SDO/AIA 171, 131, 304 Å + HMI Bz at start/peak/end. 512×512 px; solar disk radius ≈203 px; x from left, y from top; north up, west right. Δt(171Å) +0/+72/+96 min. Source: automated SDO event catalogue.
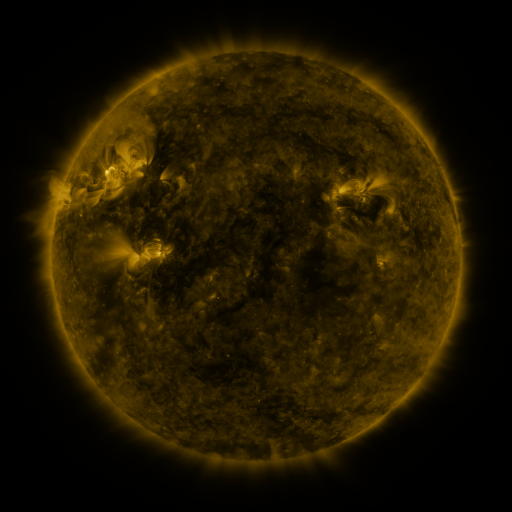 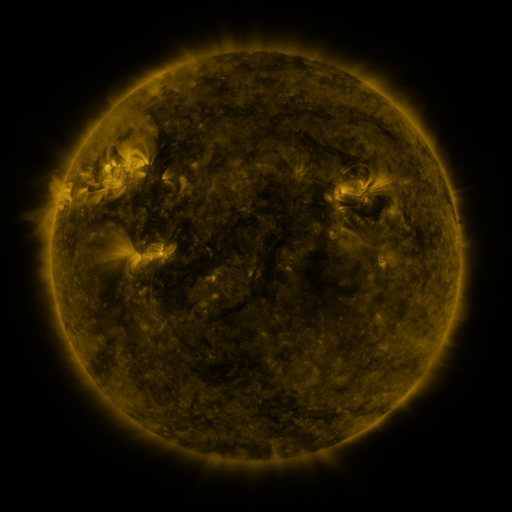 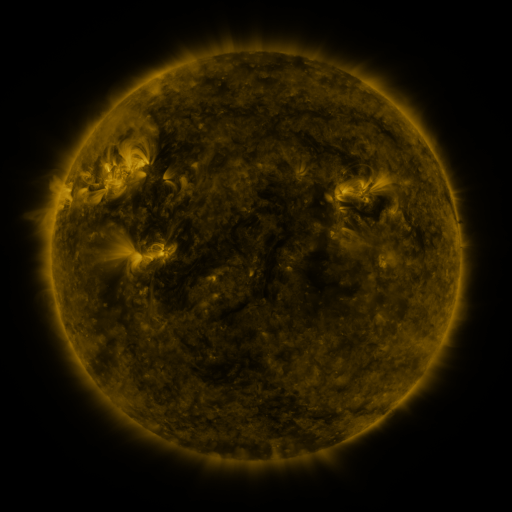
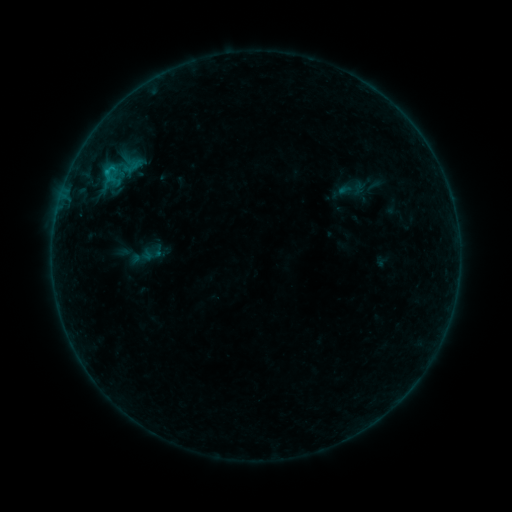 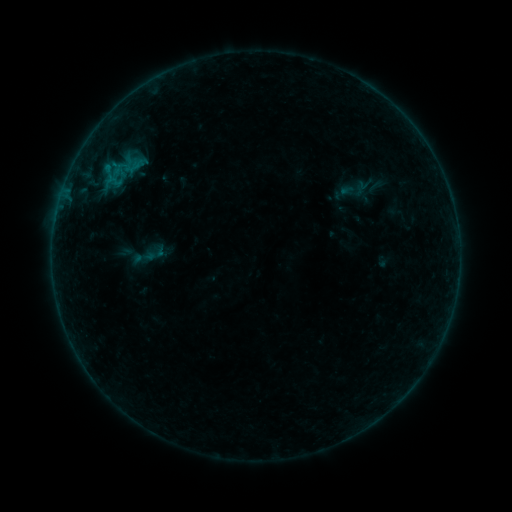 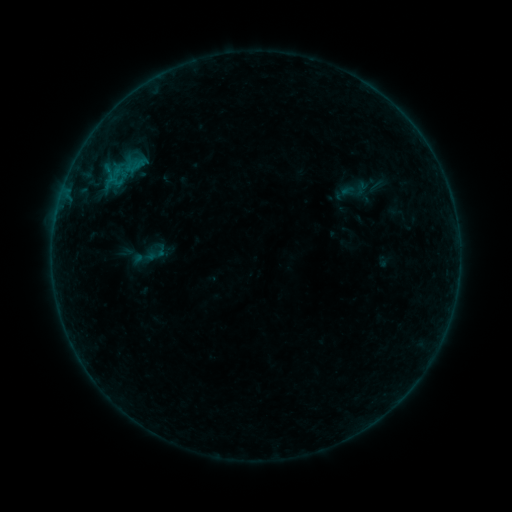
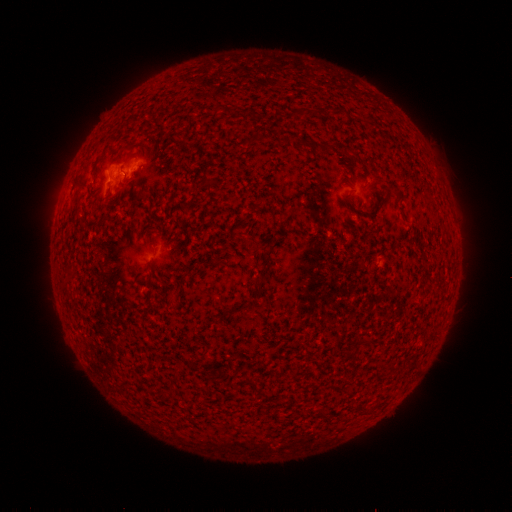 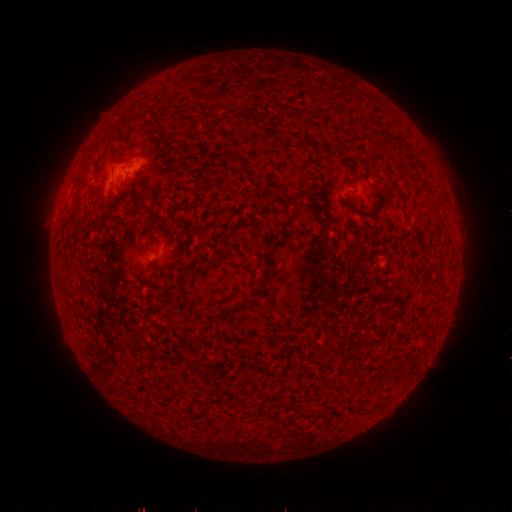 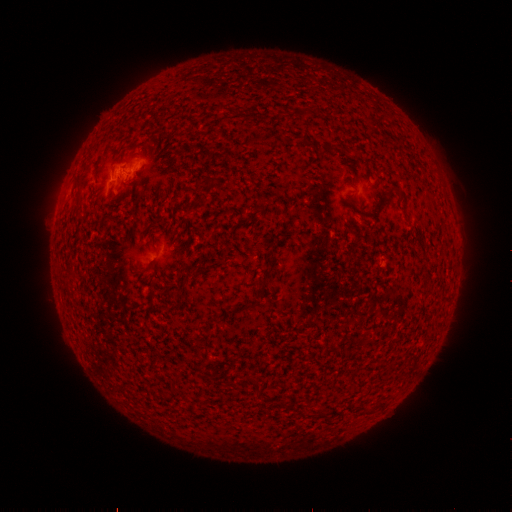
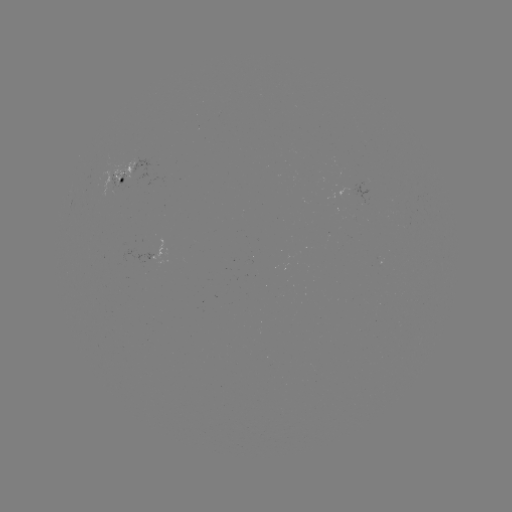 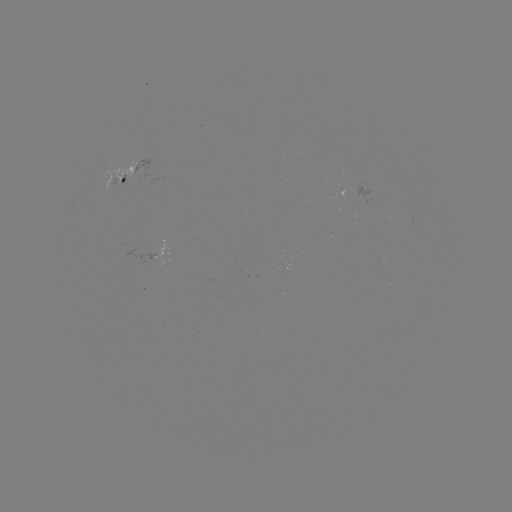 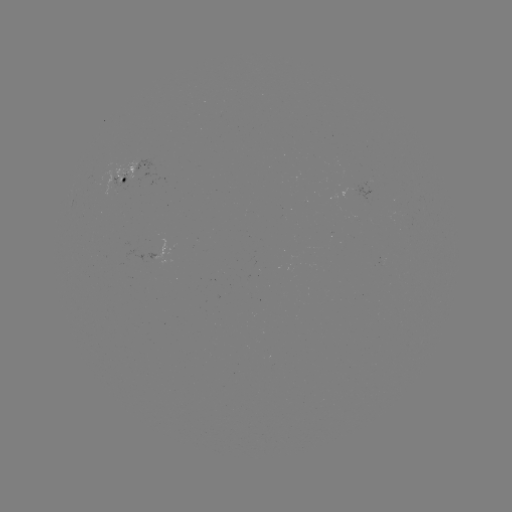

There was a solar emerging-flux region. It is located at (116, 172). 